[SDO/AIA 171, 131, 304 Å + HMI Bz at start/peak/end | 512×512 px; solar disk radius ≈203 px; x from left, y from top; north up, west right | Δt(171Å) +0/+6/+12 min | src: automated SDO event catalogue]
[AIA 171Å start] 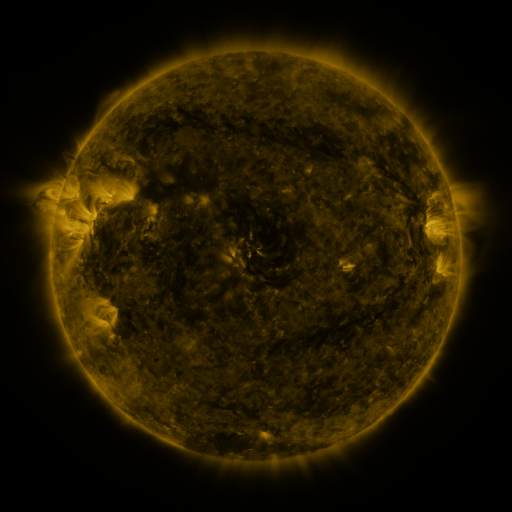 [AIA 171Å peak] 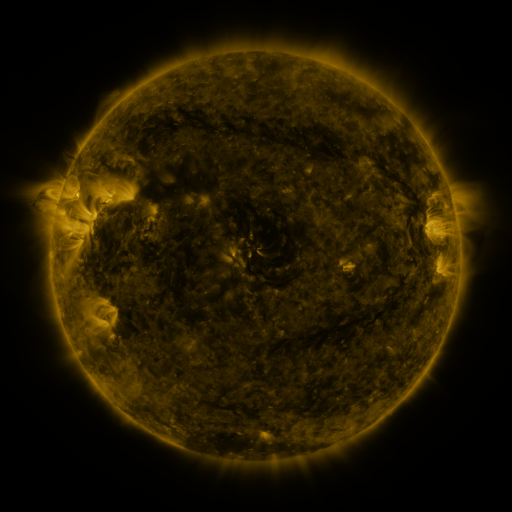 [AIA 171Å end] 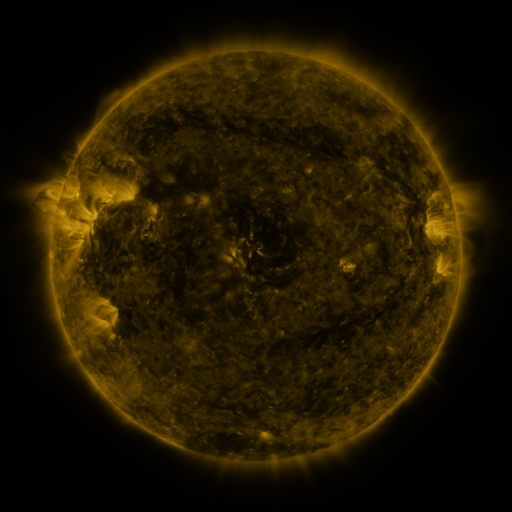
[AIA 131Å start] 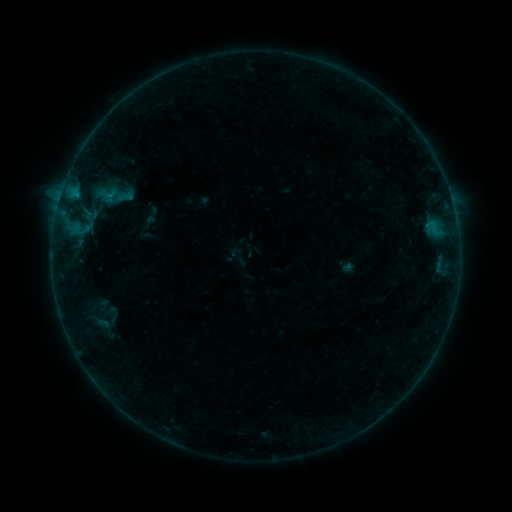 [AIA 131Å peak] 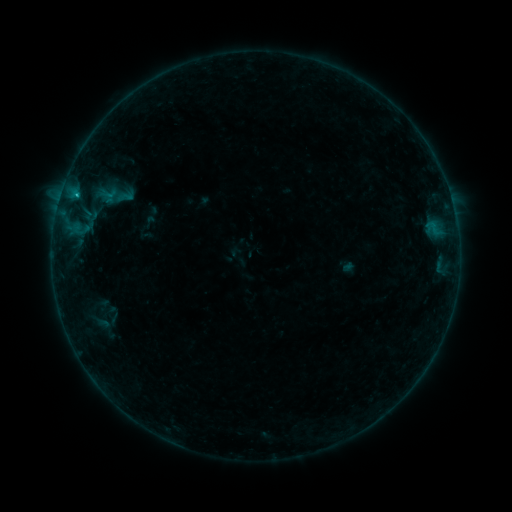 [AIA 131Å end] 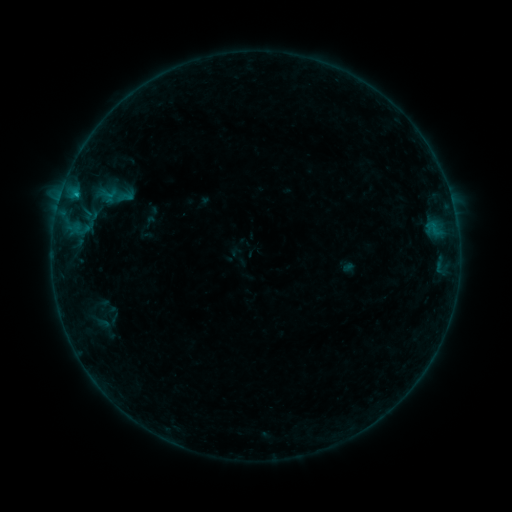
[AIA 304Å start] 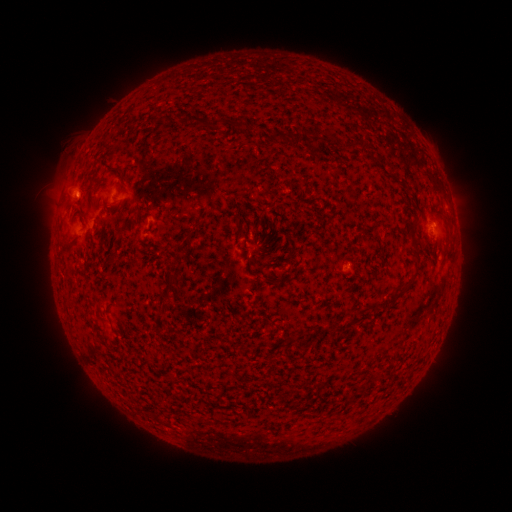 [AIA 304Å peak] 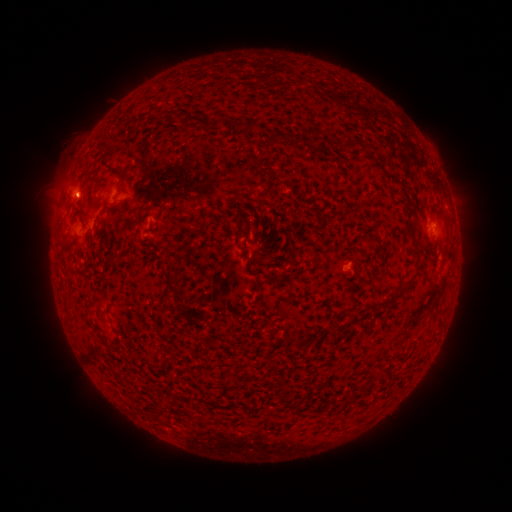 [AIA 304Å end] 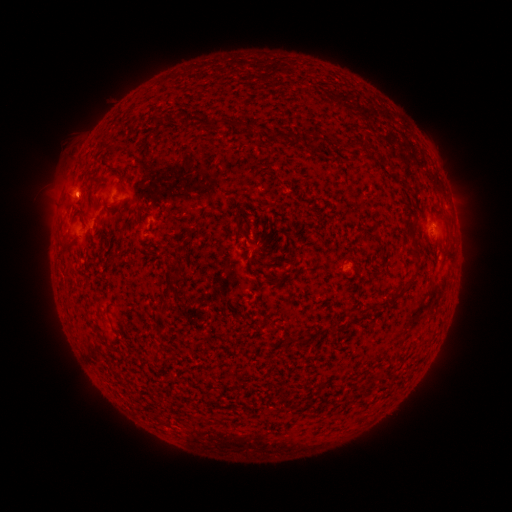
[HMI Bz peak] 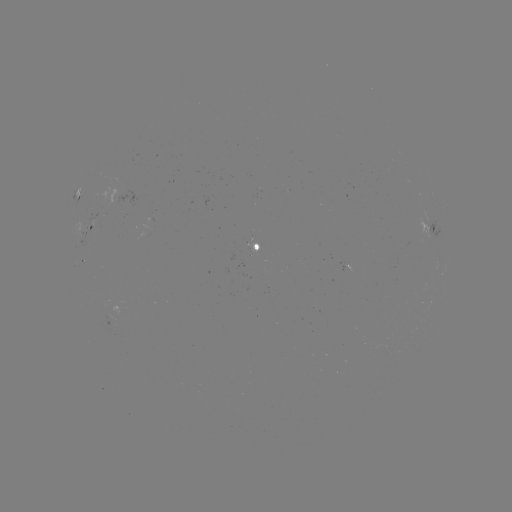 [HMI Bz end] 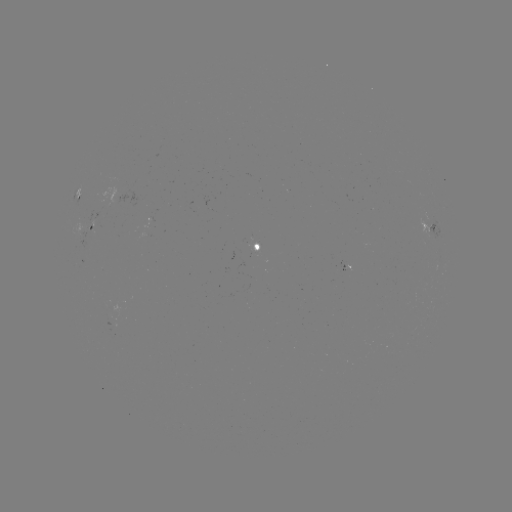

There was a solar flare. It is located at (76, 197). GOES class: B4.0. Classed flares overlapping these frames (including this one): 1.